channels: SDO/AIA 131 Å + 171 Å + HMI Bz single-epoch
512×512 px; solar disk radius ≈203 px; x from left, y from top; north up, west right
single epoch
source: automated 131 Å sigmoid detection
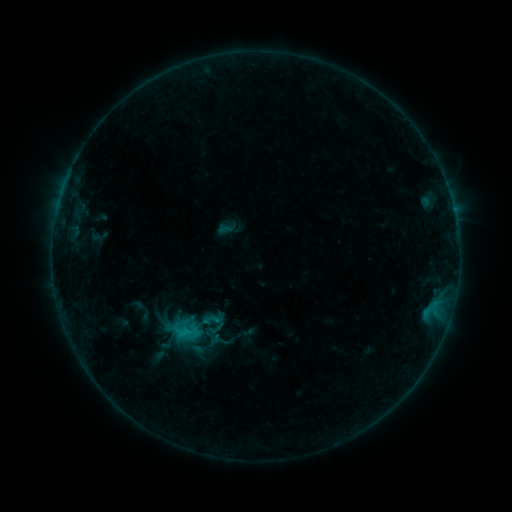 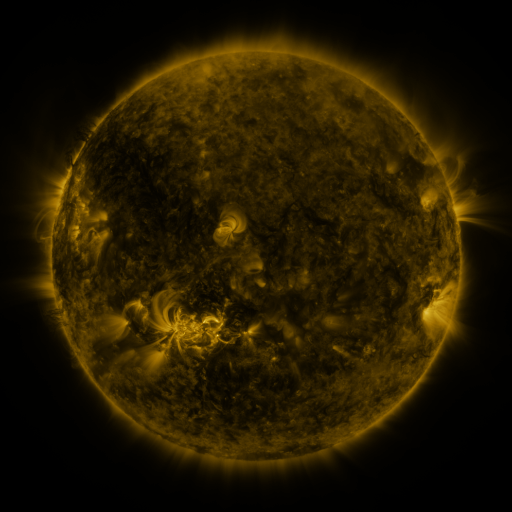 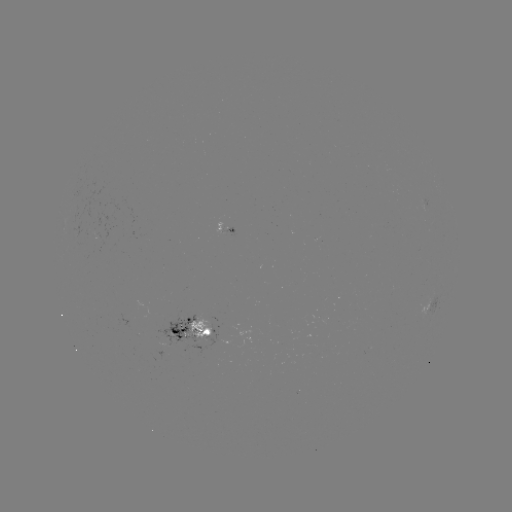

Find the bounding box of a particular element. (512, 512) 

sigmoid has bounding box [200, 307, 222, 328].